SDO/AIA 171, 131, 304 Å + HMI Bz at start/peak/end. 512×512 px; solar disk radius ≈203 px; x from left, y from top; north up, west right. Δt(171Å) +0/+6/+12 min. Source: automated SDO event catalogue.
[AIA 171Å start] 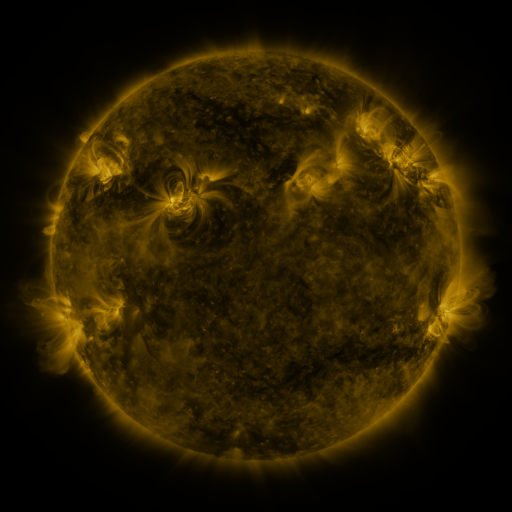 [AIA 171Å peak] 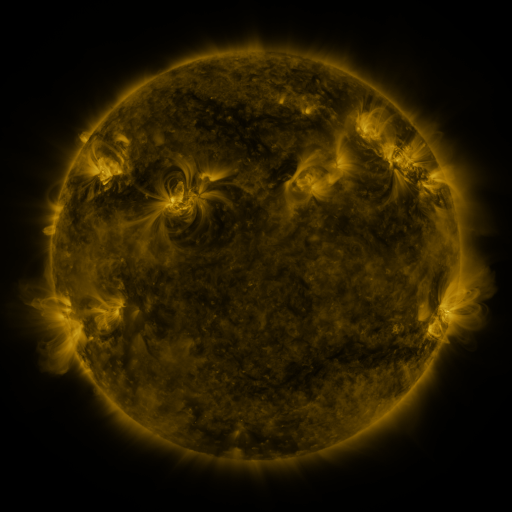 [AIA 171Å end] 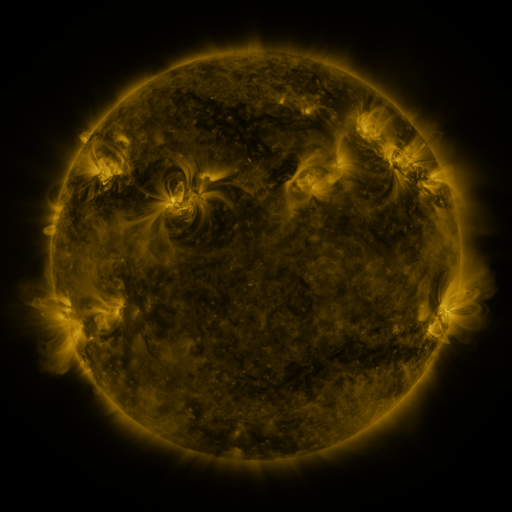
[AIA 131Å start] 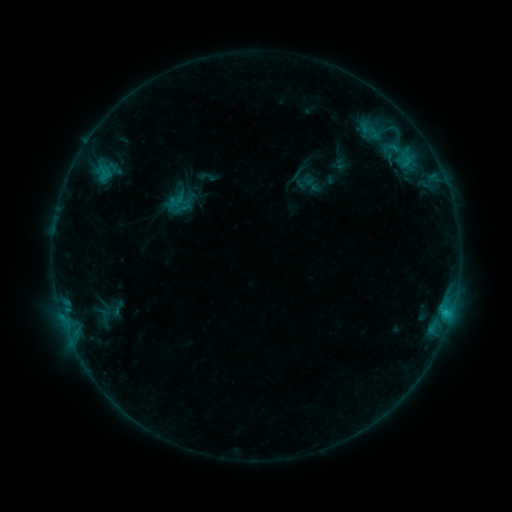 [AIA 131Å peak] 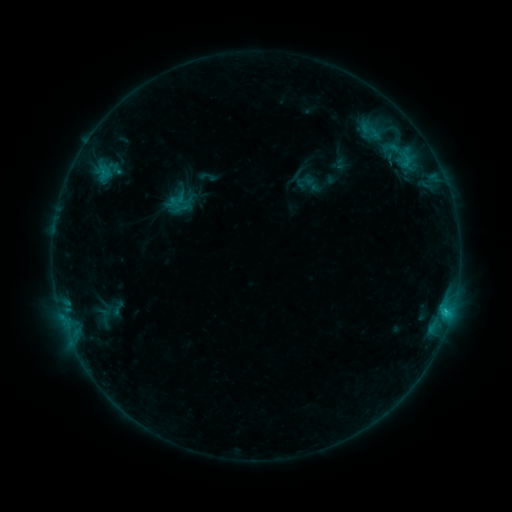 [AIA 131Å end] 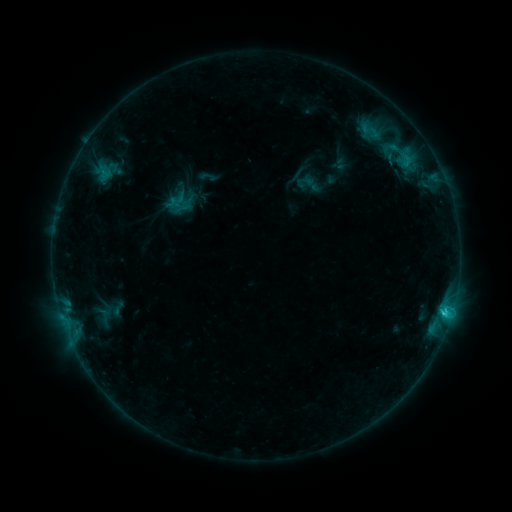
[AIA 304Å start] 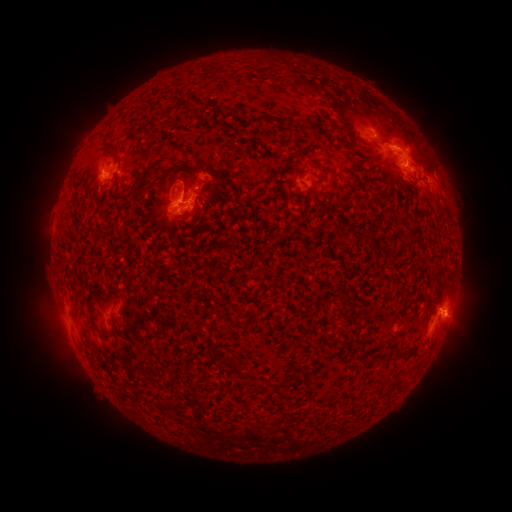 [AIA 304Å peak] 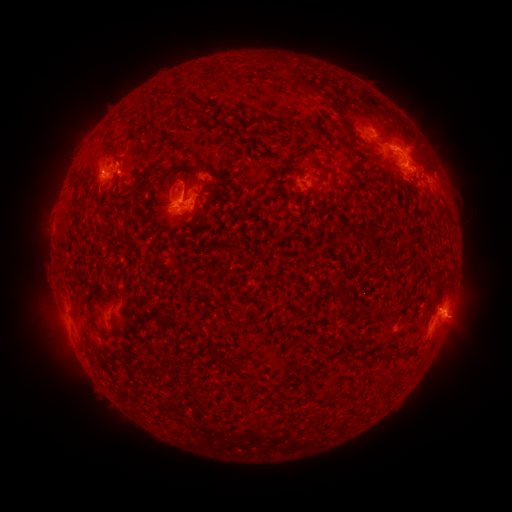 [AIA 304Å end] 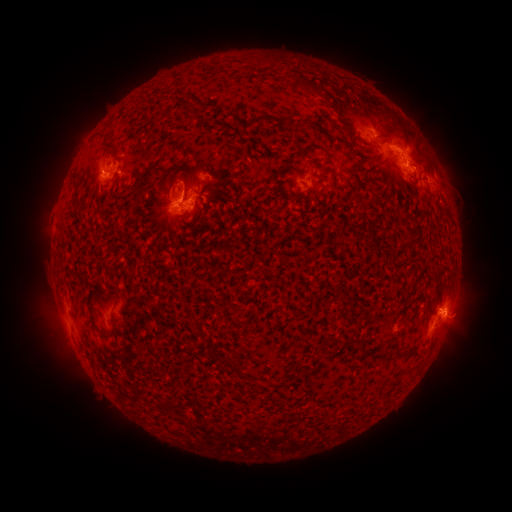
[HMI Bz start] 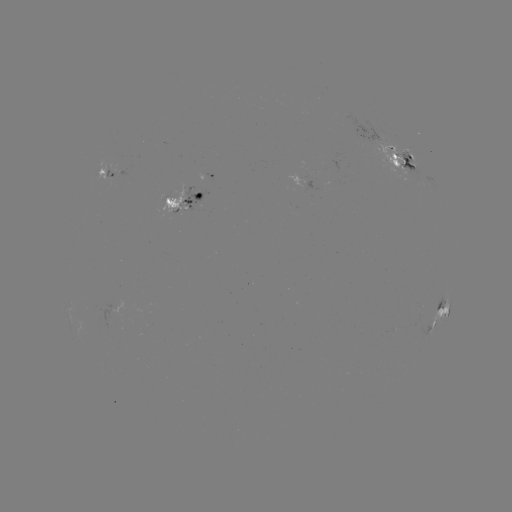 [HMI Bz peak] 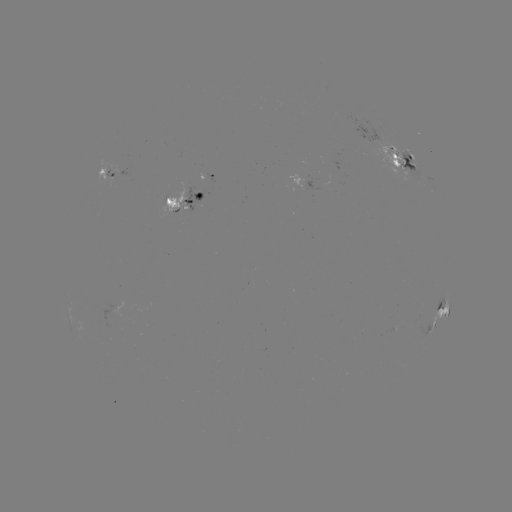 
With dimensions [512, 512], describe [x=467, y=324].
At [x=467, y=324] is eruption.